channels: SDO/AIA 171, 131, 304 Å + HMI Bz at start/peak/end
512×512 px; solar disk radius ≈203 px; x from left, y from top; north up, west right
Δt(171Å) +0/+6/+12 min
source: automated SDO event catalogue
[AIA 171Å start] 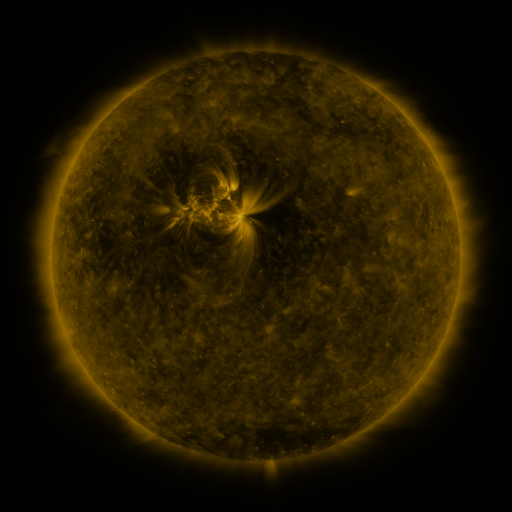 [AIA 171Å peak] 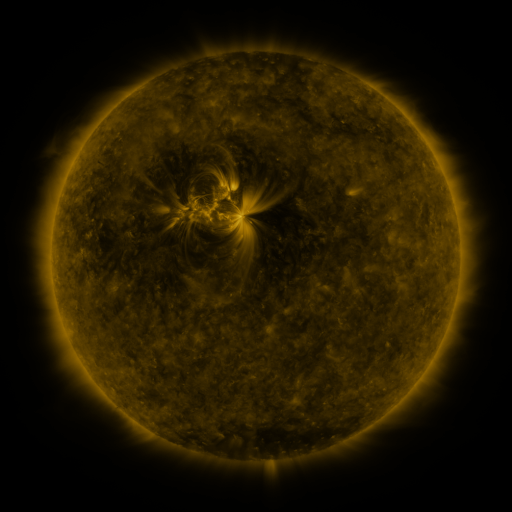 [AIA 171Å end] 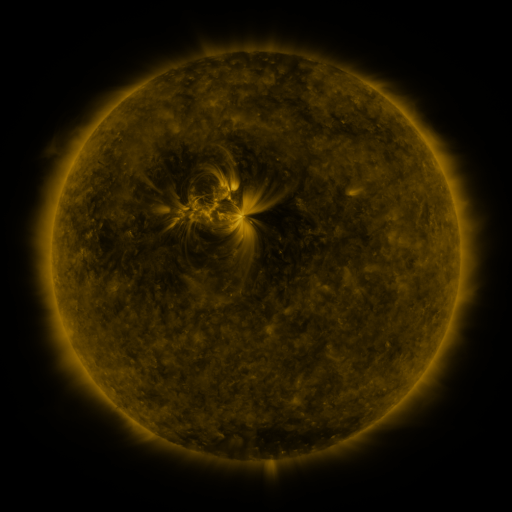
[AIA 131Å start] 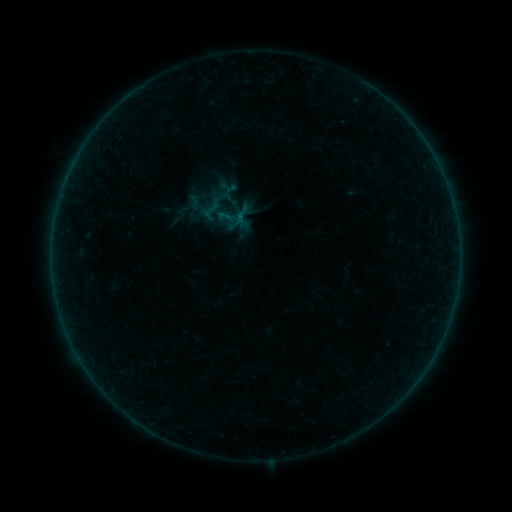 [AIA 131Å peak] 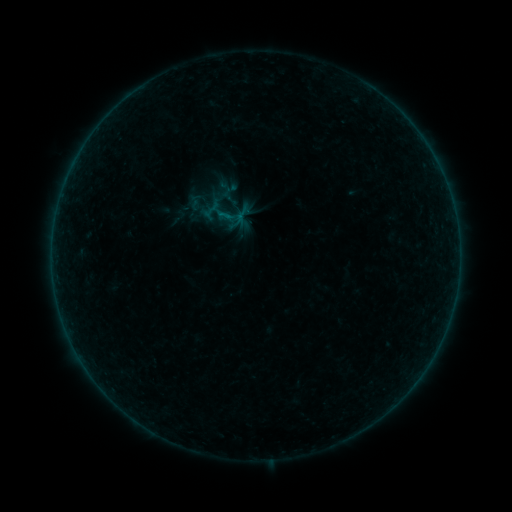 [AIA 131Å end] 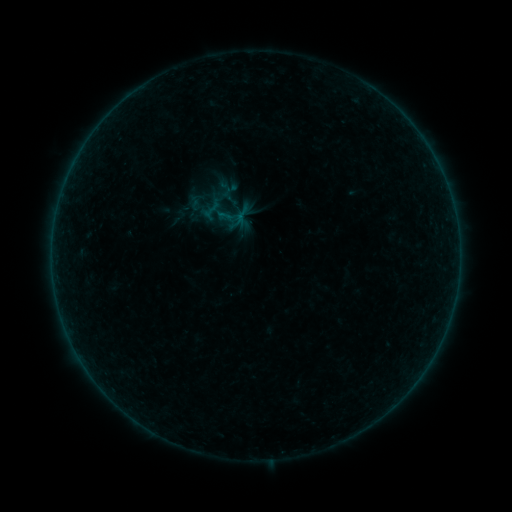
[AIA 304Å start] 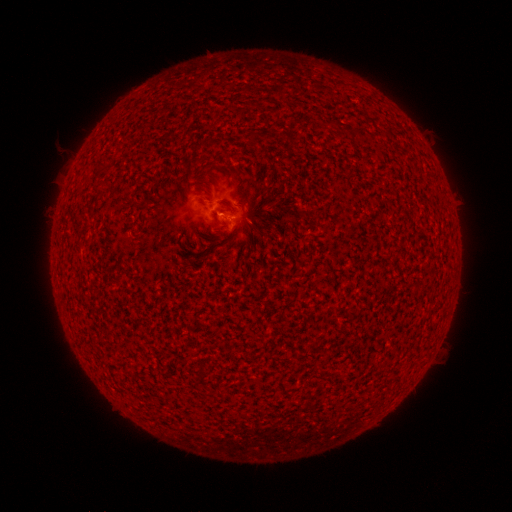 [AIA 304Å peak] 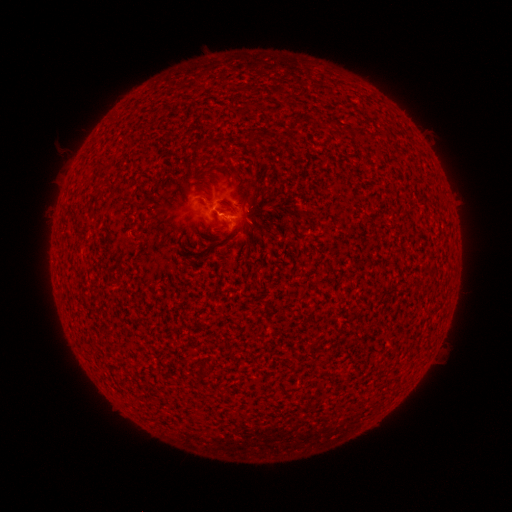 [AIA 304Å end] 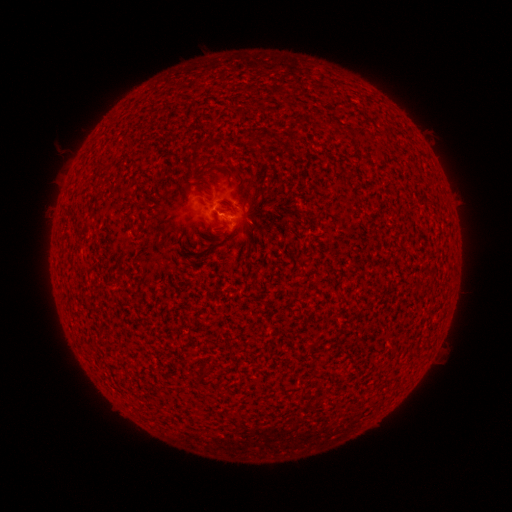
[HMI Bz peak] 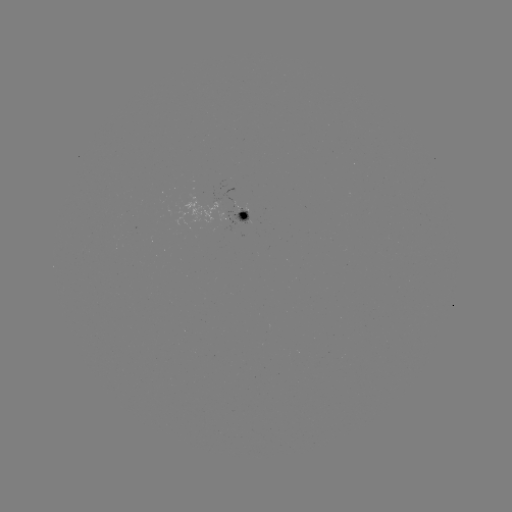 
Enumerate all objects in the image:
B1.0 flare: (220, 214)
